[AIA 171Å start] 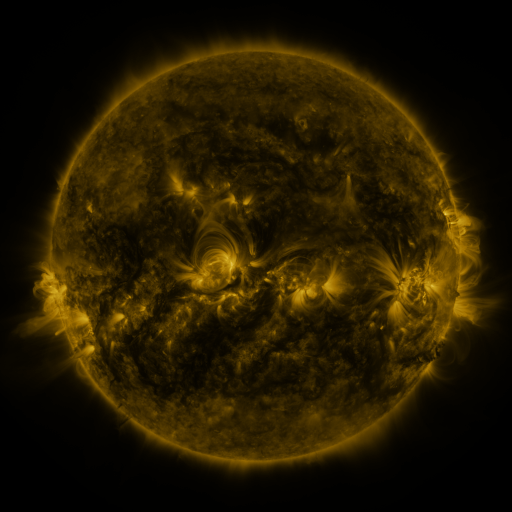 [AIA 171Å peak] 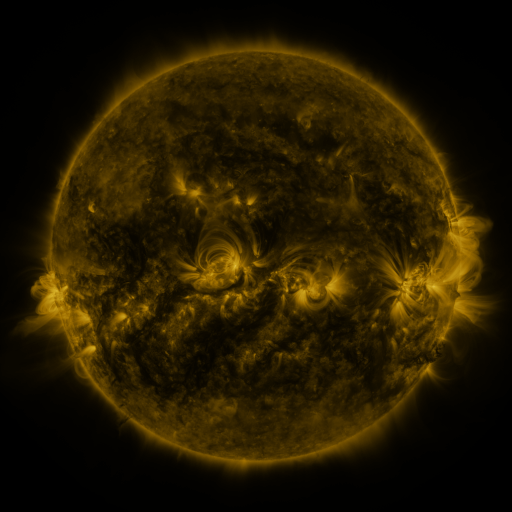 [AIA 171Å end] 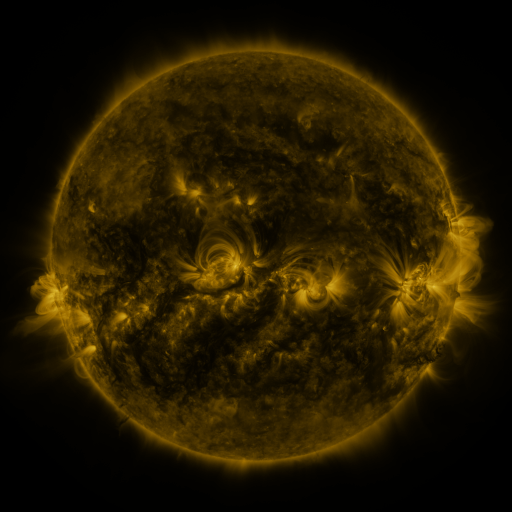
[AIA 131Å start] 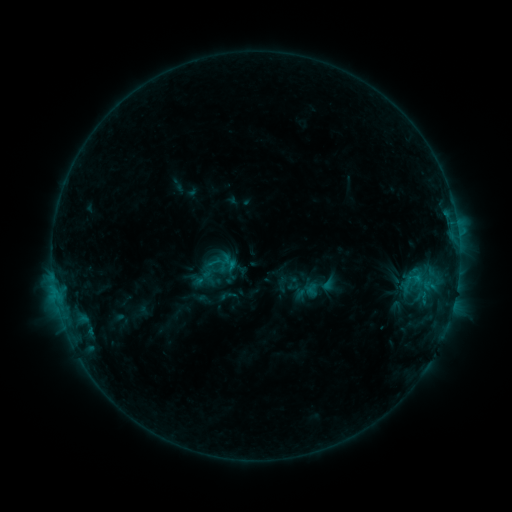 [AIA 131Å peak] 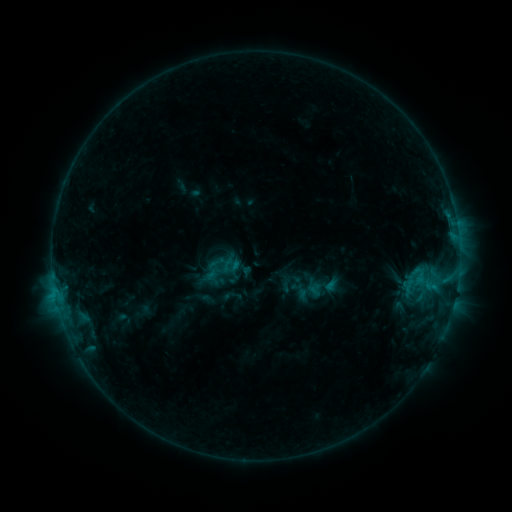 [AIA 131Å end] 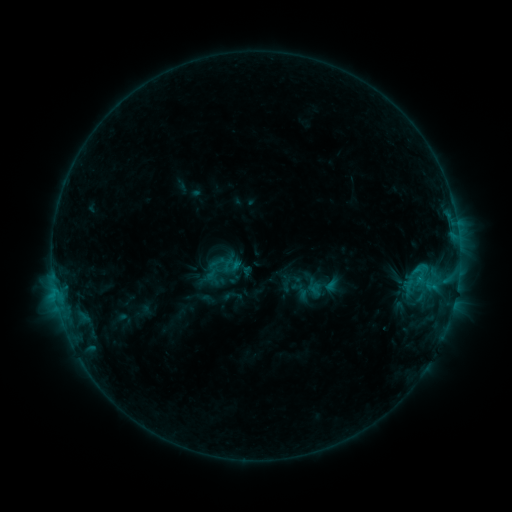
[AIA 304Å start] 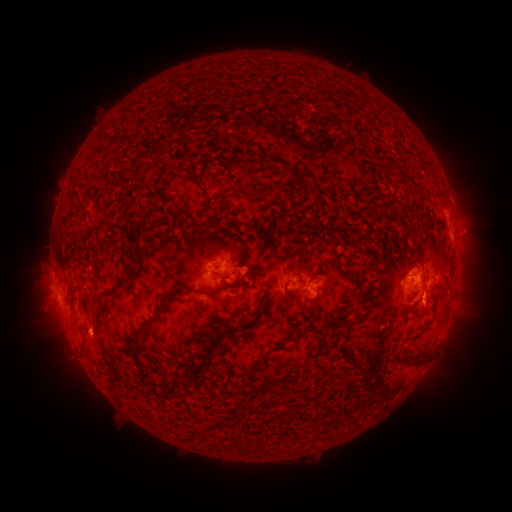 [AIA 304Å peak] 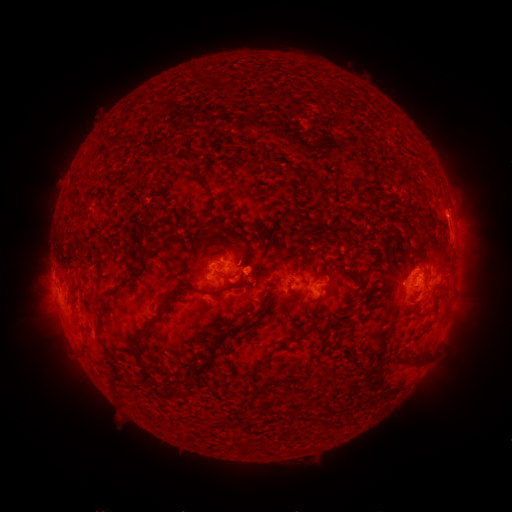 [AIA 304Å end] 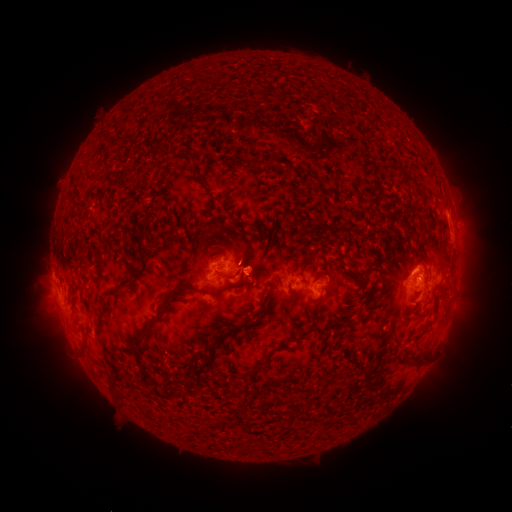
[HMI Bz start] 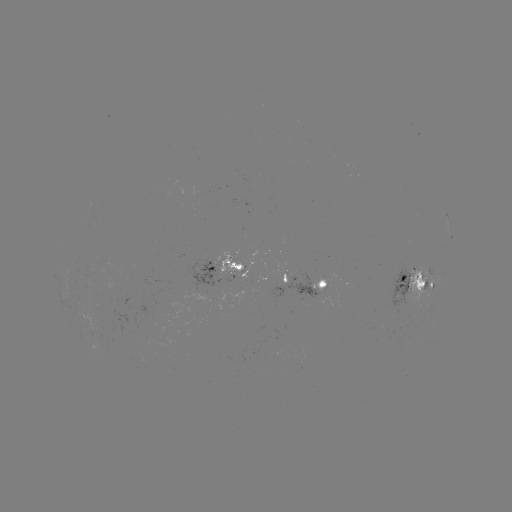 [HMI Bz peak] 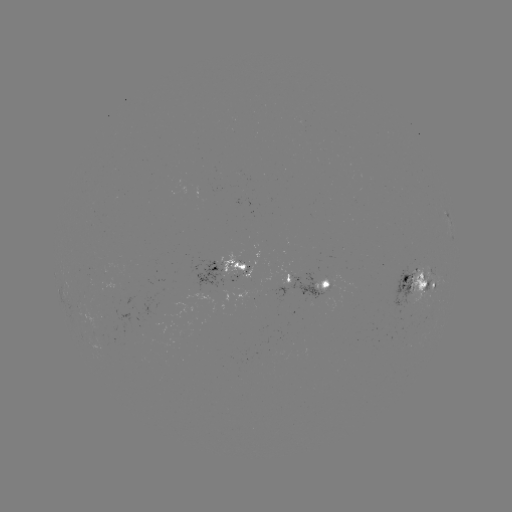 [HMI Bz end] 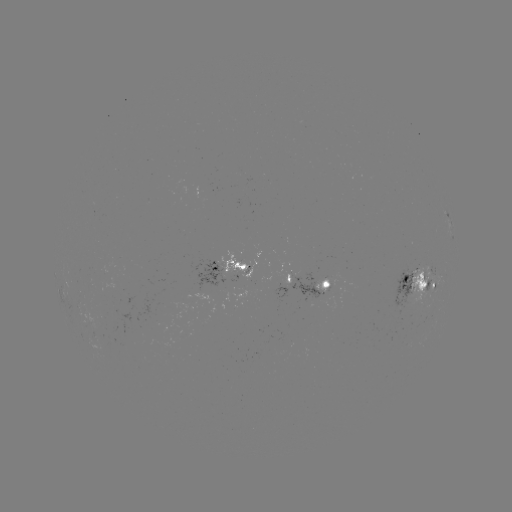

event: emerging-flux region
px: (299, 279)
